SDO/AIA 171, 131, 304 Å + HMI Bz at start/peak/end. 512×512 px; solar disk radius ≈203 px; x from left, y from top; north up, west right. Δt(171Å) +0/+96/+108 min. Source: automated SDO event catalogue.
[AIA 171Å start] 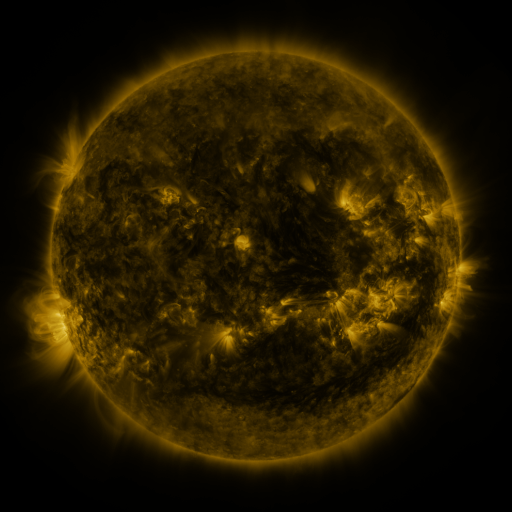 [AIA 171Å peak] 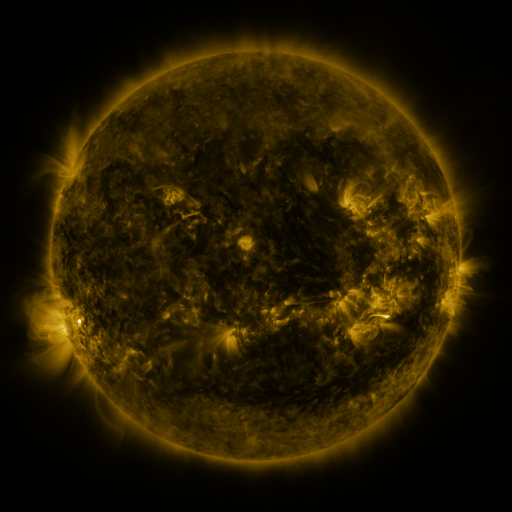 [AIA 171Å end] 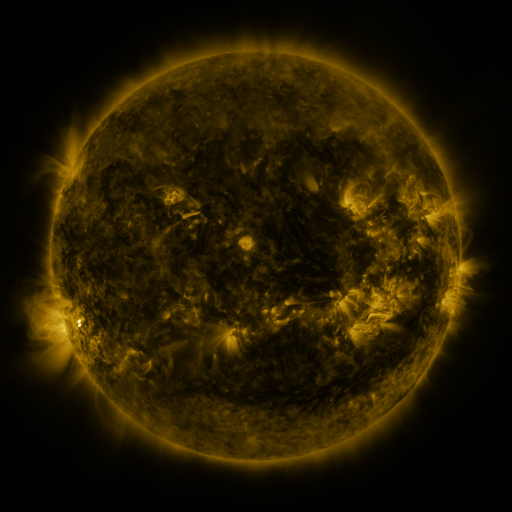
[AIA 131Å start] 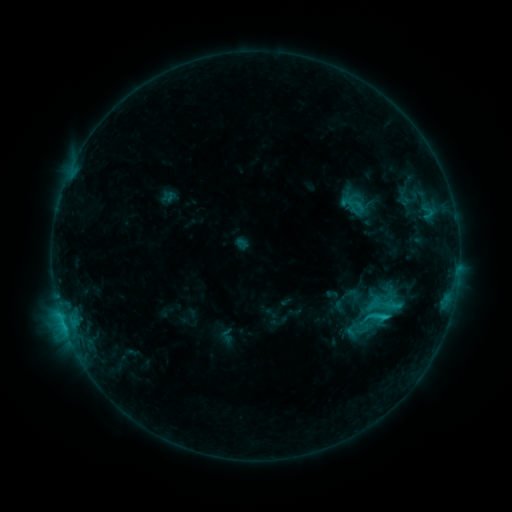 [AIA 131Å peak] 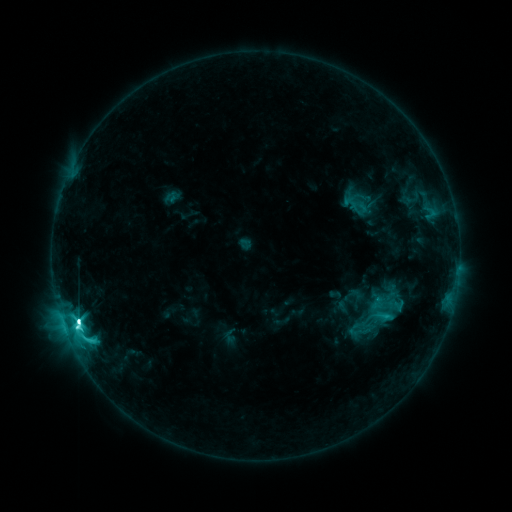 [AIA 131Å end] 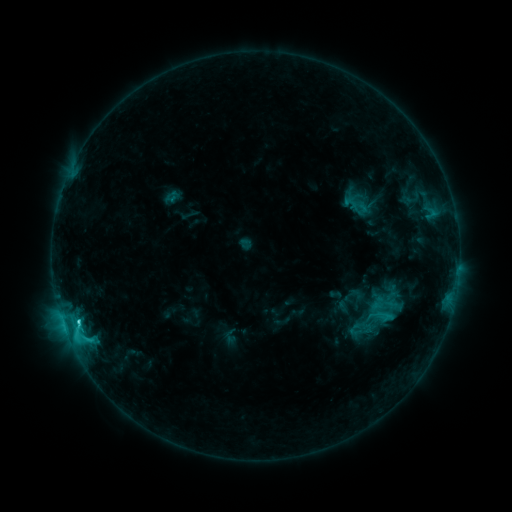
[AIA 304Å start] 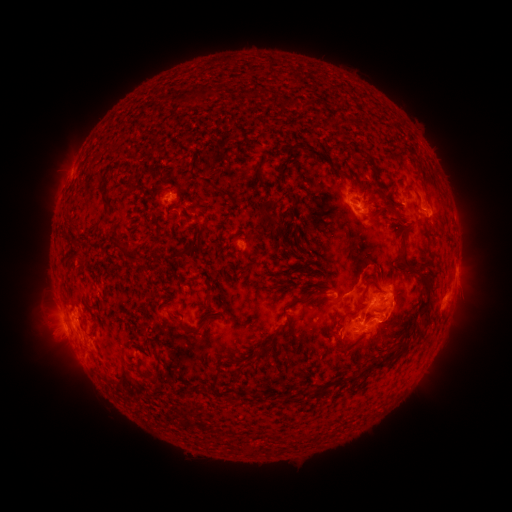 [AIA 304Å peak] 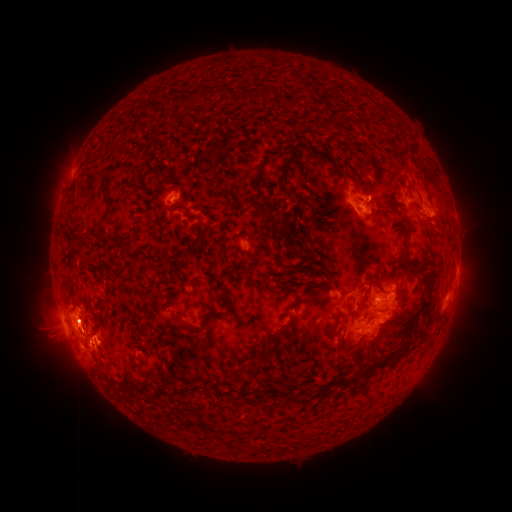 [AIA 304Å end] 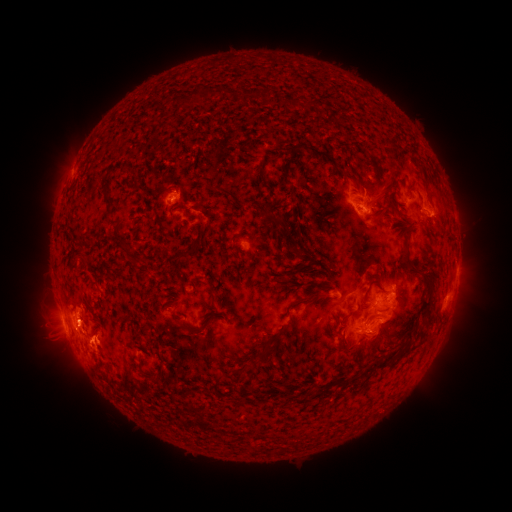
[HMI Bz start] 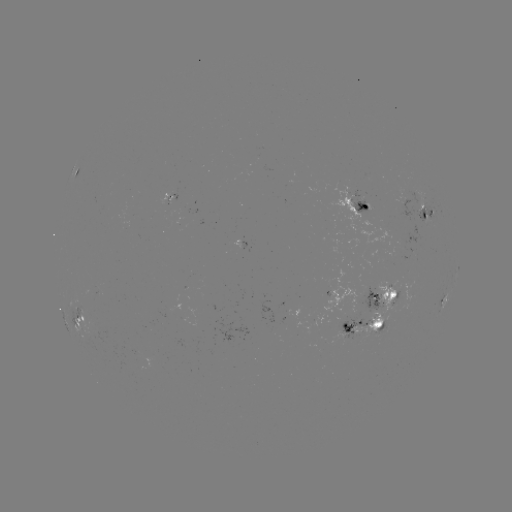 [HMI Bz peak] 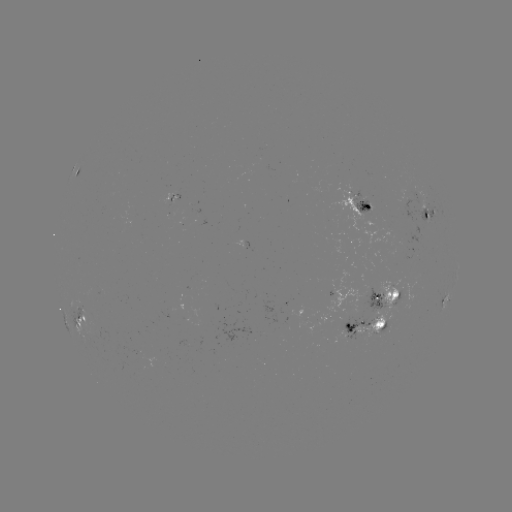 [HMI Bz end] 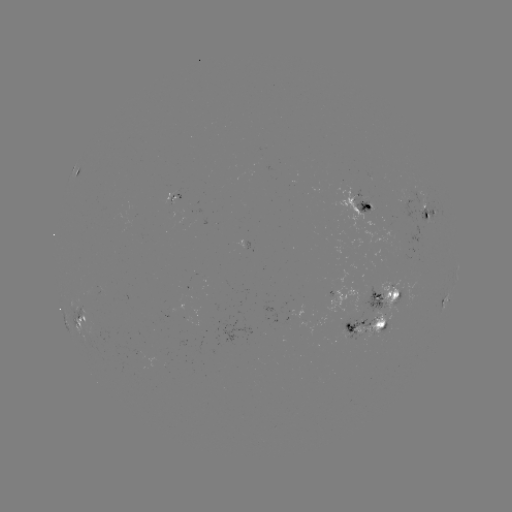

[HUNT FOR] emerging-flux region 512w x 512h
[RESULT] [169, 200]